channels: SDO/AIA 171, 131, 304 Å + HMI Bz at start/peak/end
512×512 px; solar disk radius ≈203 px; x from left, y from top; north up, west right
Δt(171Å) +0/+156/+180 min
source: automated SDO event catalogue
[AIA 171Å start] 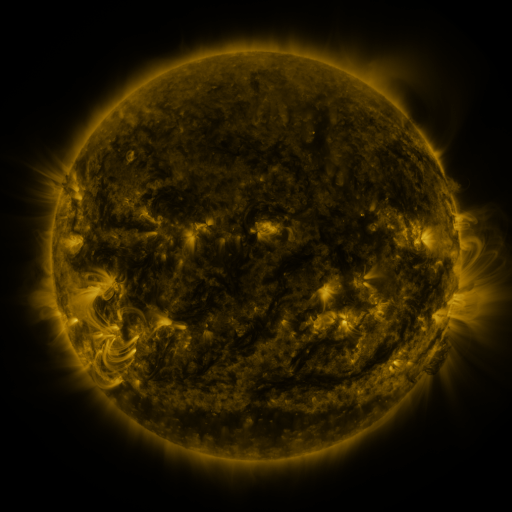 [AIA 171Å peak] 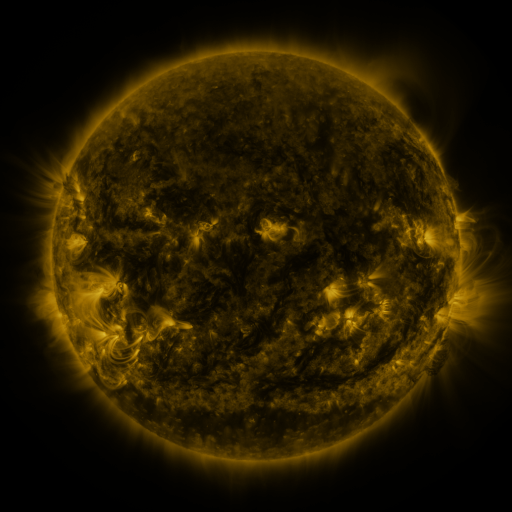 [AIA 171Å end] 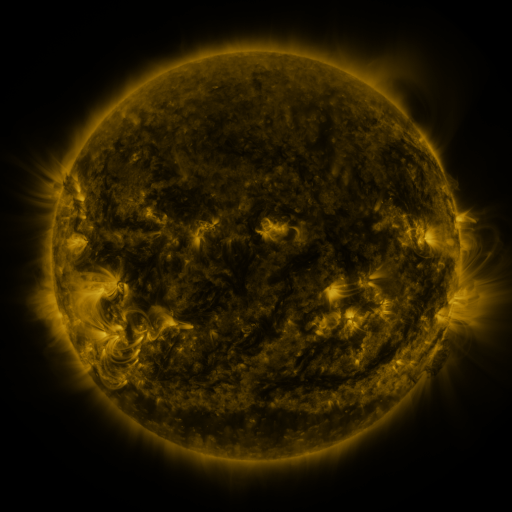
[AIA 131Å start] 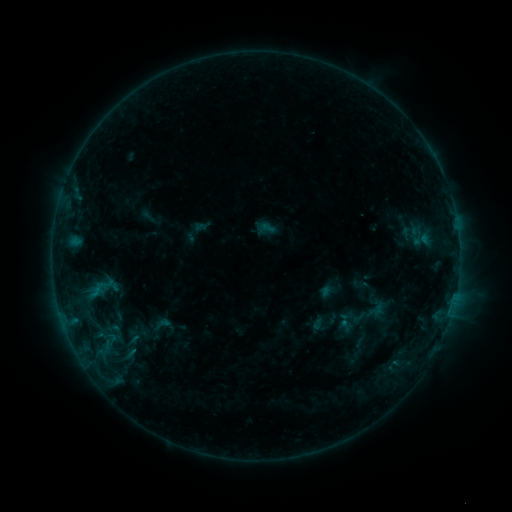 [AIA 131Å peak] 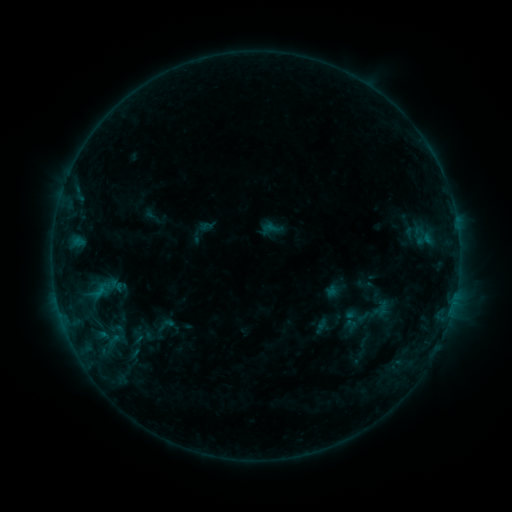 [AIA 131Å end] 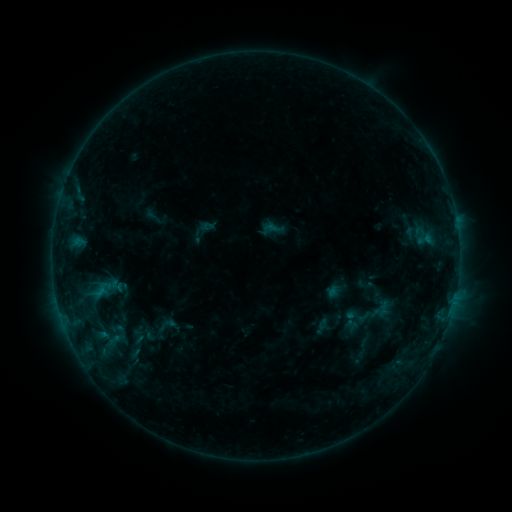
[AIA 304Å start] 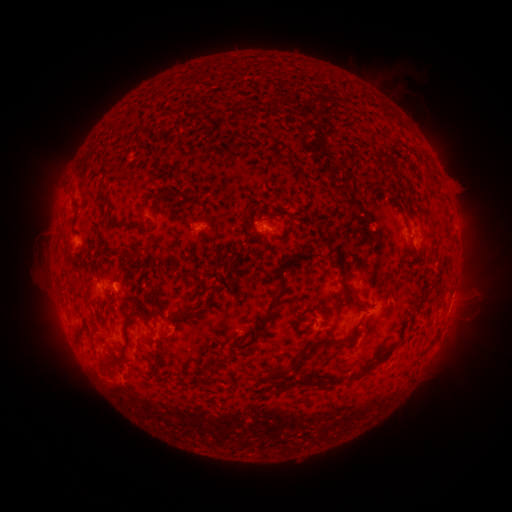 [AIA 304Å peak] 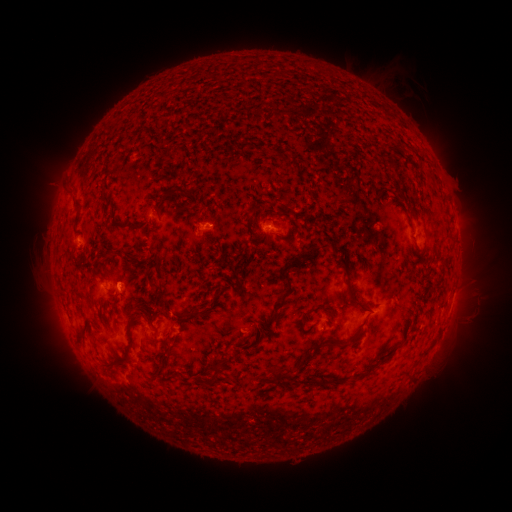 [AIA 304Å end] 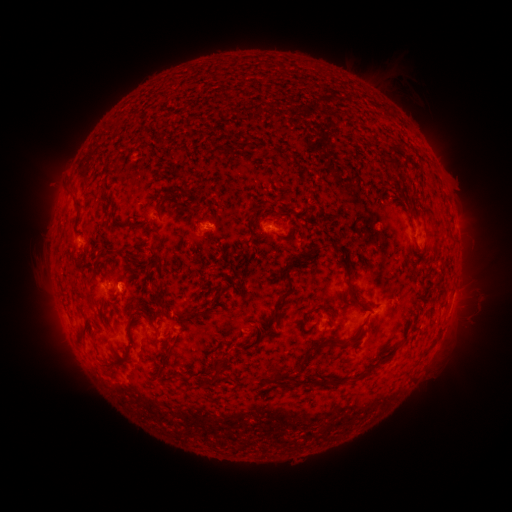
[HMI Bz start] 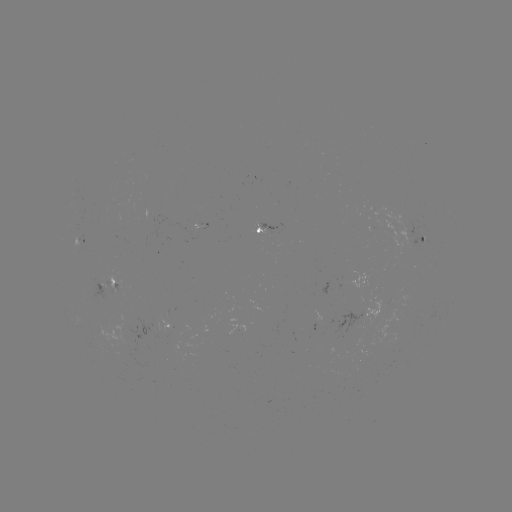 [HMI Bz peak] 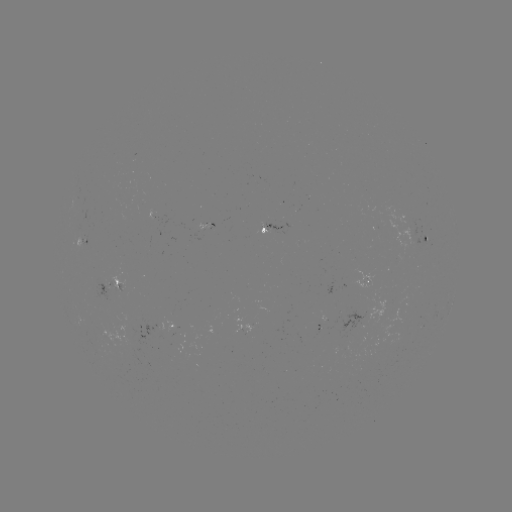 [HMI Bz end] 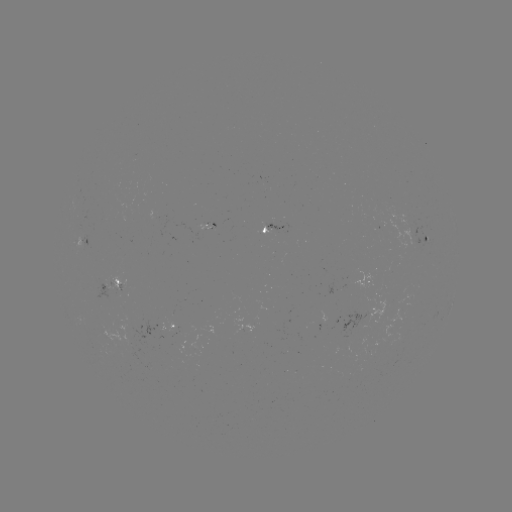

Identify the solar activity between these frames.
emerging-flux region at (206, 227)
